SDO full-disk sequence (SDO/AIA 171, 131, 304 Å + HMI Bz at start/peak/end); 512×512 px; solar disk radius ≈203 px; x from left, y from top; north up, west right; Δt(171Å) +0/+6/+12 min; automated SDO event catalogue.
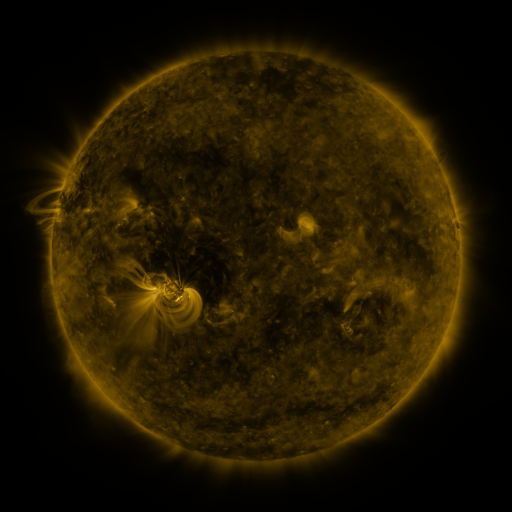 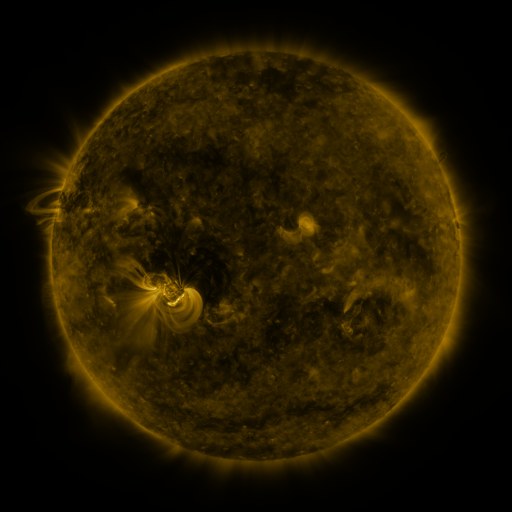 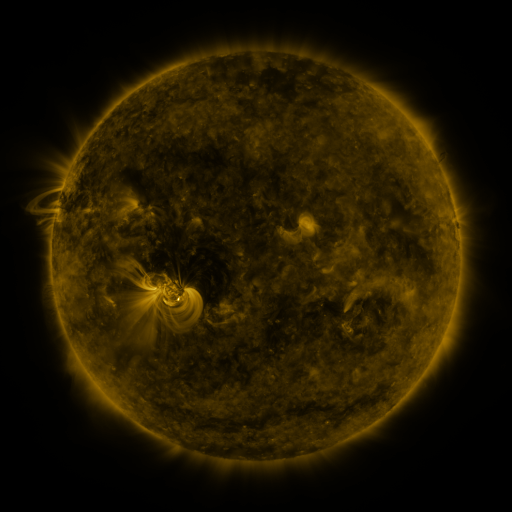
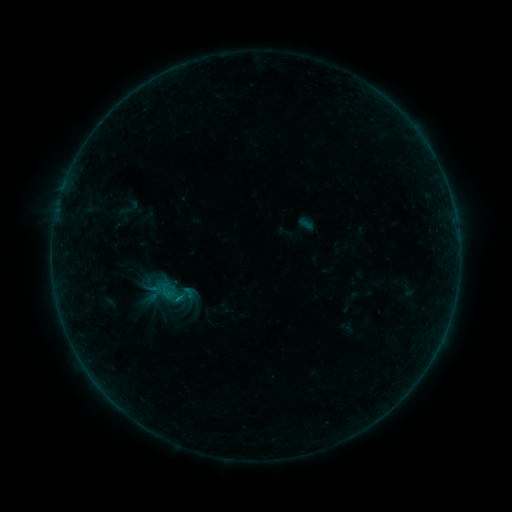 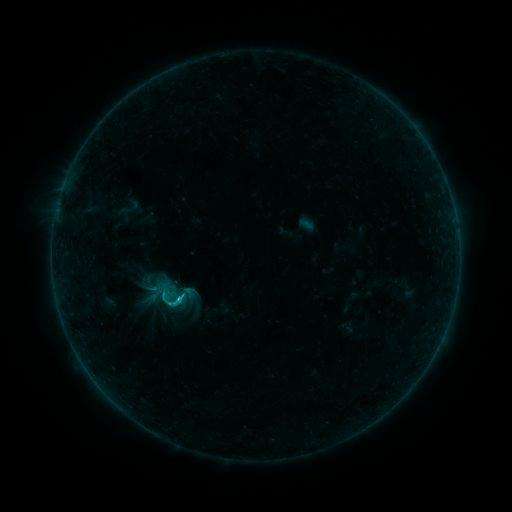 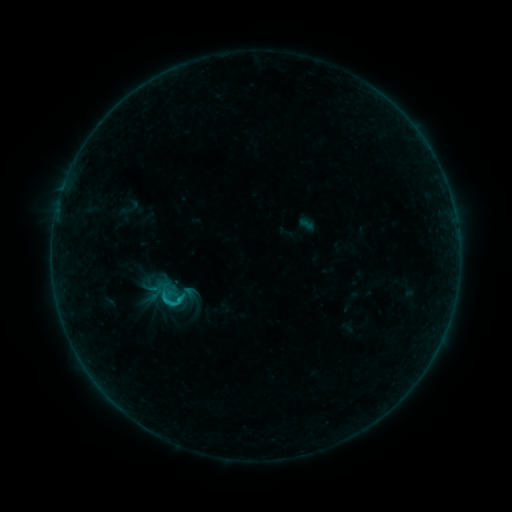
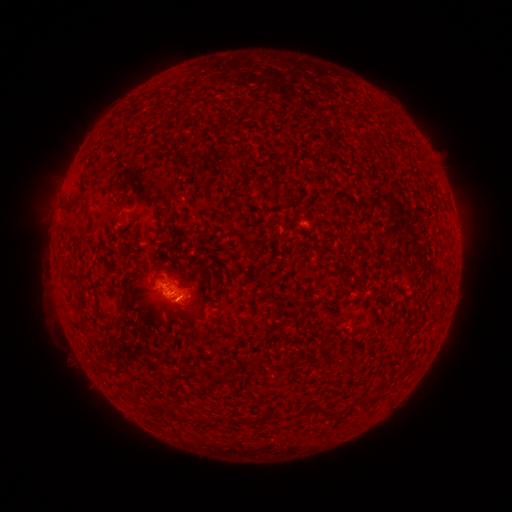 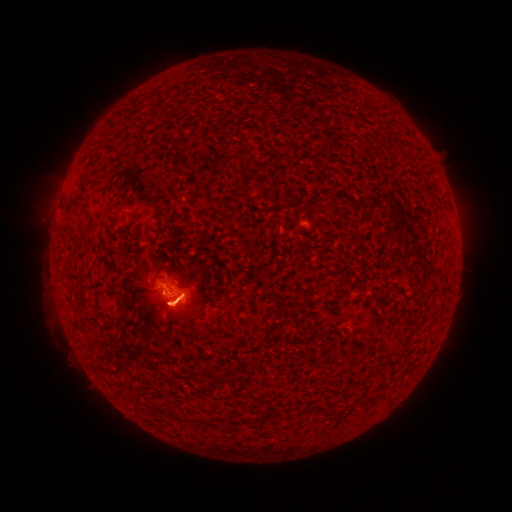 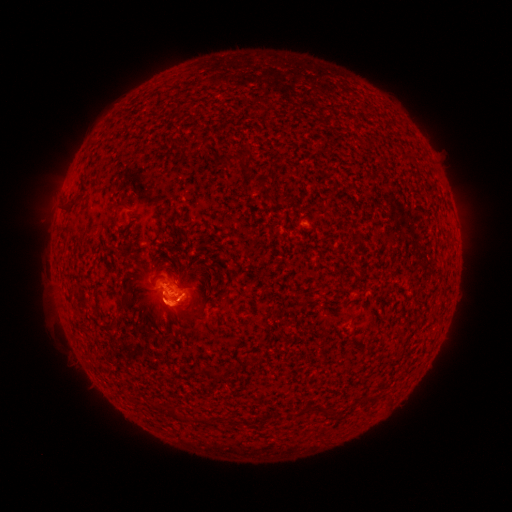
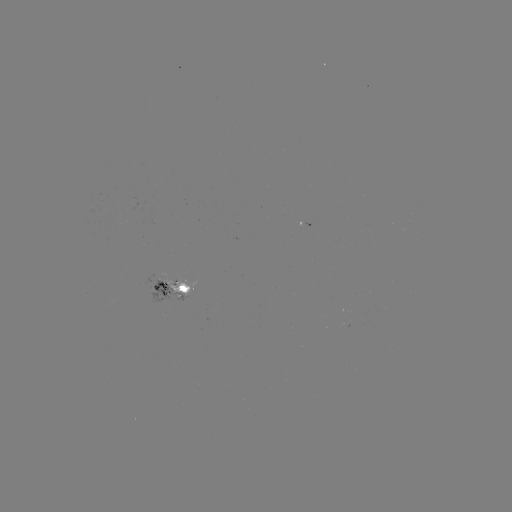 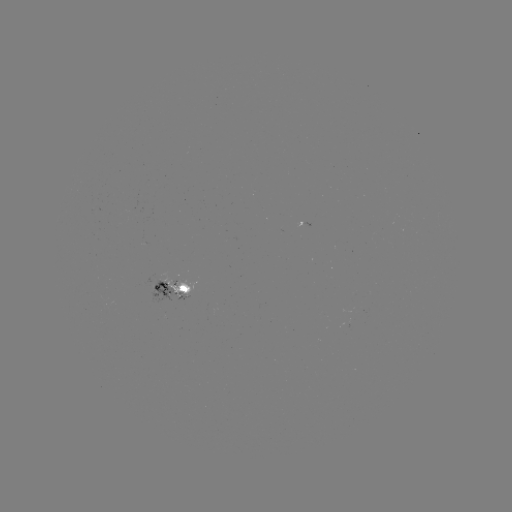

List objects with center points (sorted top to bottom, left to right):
eruption: (175, 305)
